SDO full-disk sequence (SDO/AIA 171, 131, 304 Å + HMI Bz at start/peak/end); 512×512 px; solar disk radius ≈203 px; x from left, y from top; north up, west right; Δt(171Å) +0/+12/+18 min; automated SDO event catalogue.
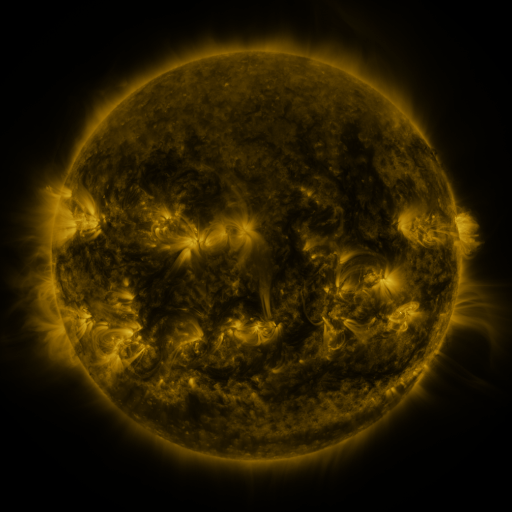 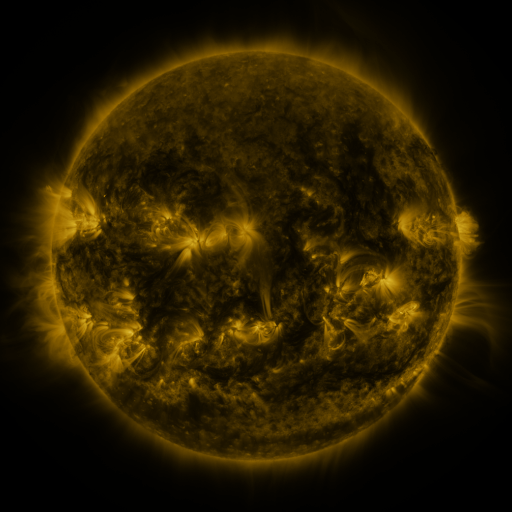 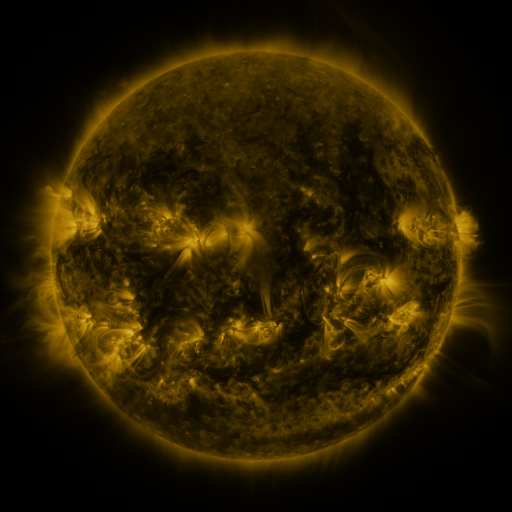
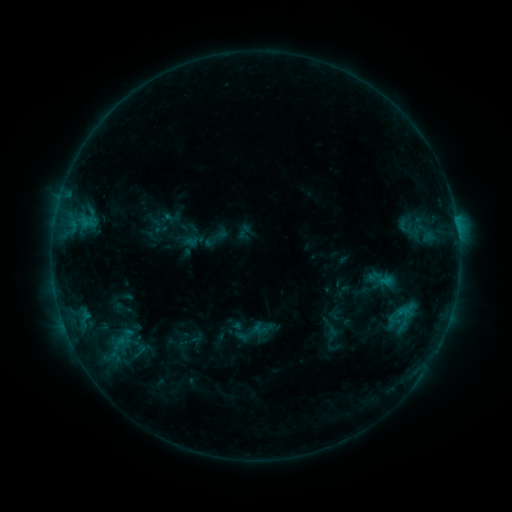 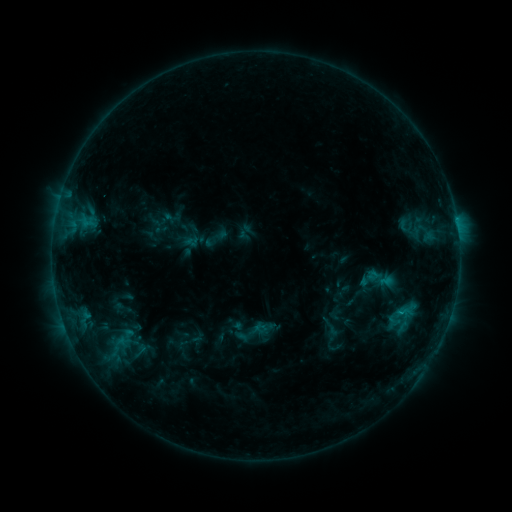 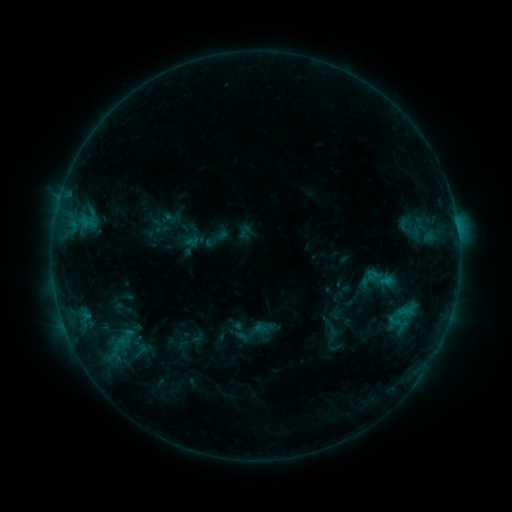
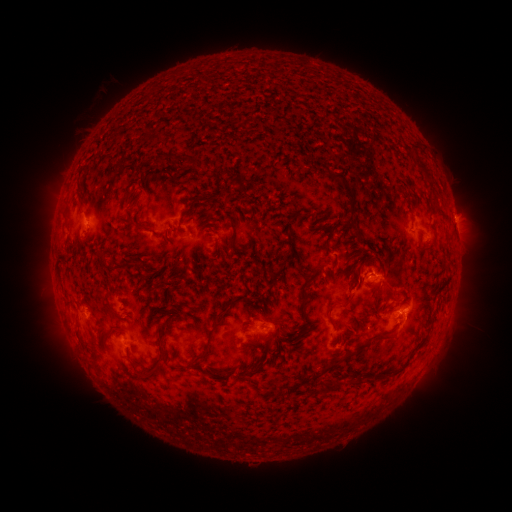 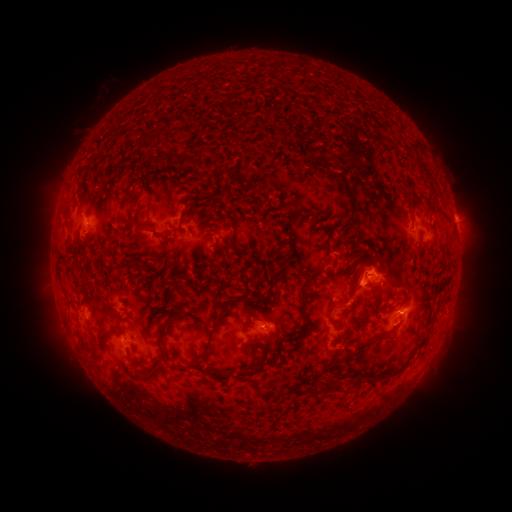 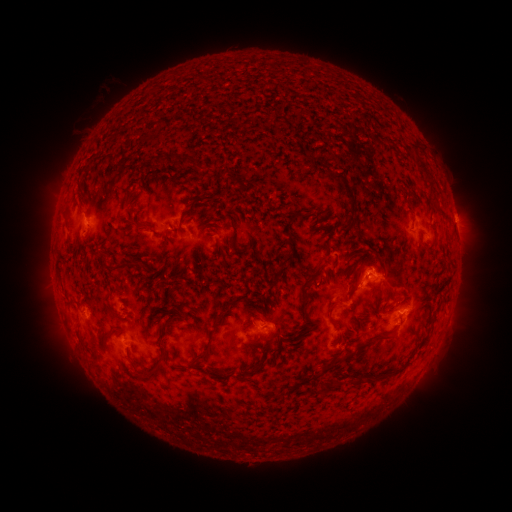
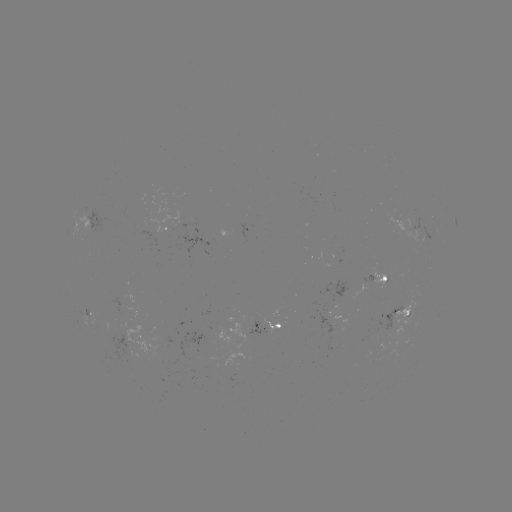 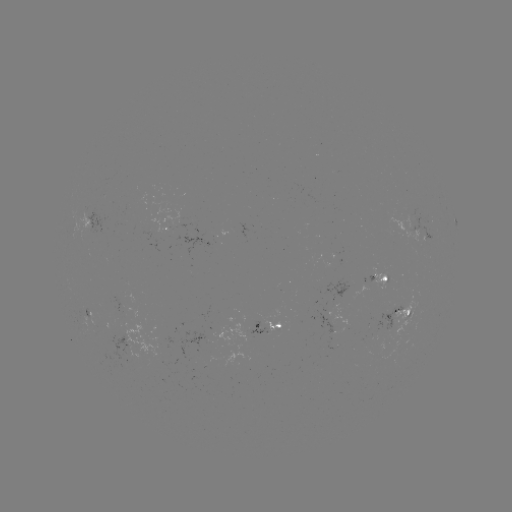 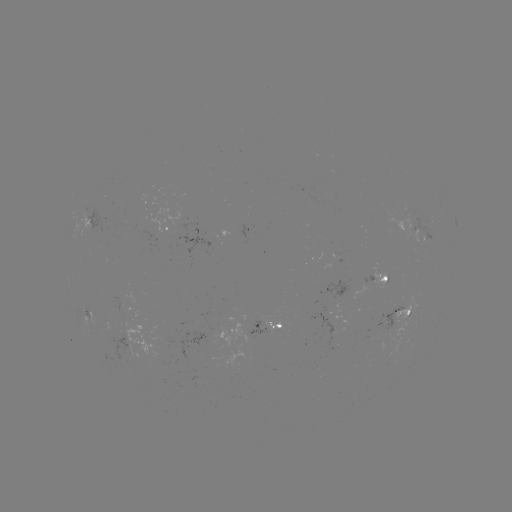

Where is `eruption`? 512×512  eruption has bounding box [337, 241, 391, 316].